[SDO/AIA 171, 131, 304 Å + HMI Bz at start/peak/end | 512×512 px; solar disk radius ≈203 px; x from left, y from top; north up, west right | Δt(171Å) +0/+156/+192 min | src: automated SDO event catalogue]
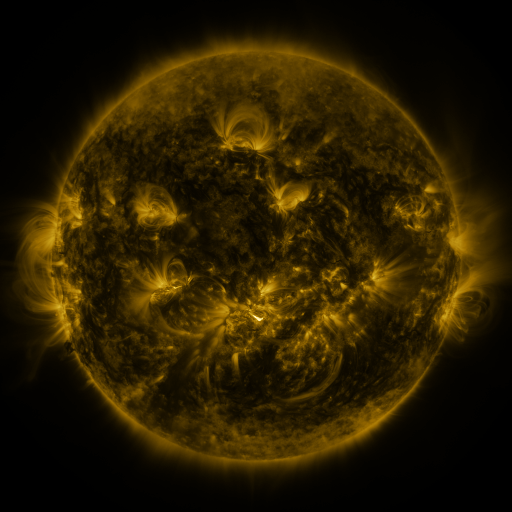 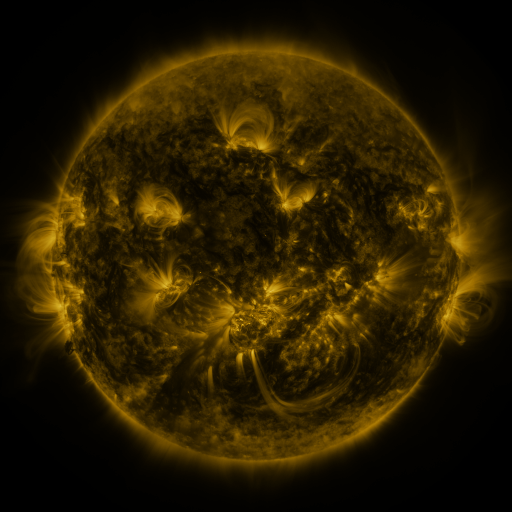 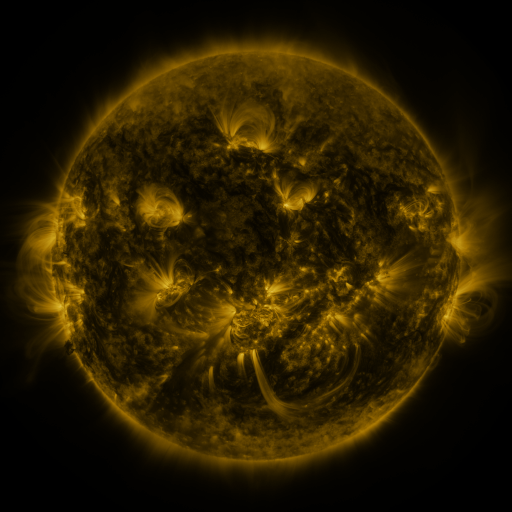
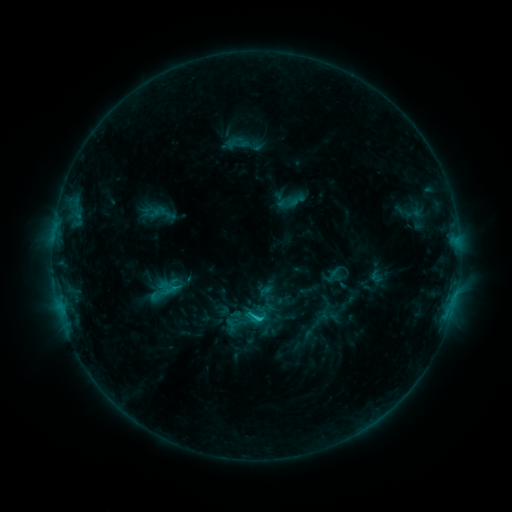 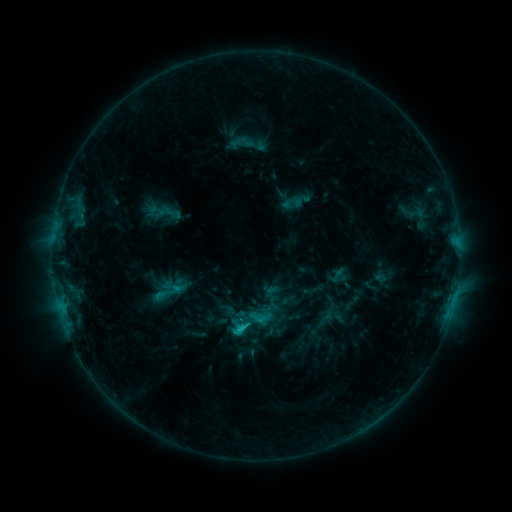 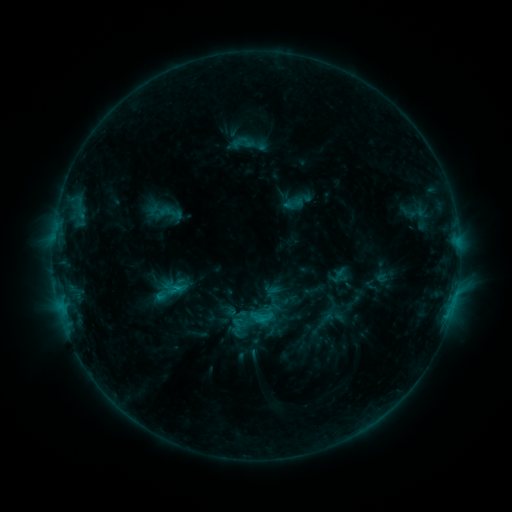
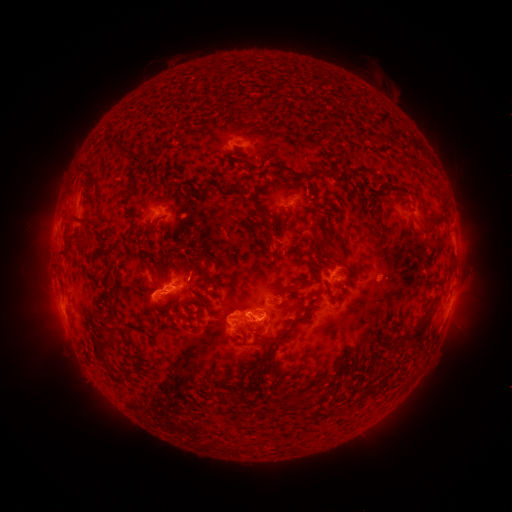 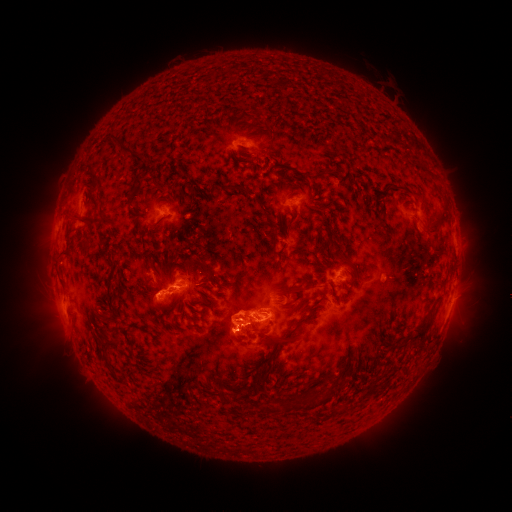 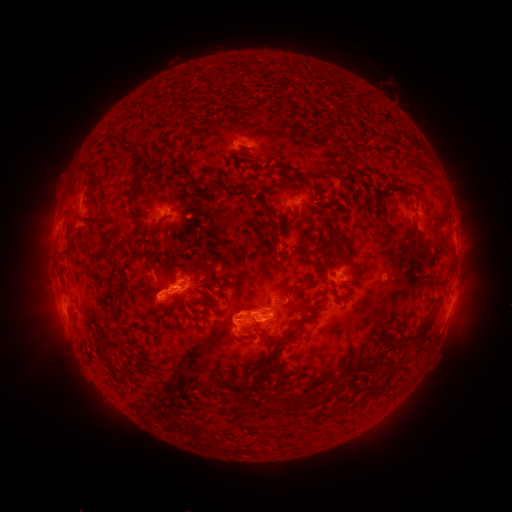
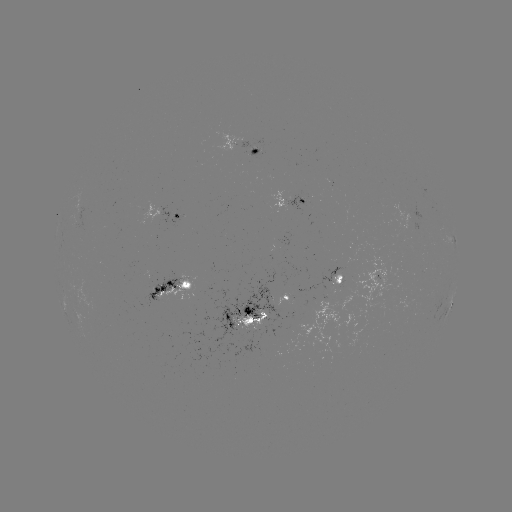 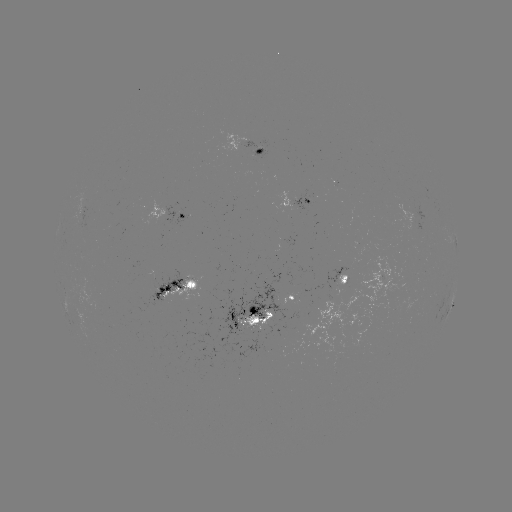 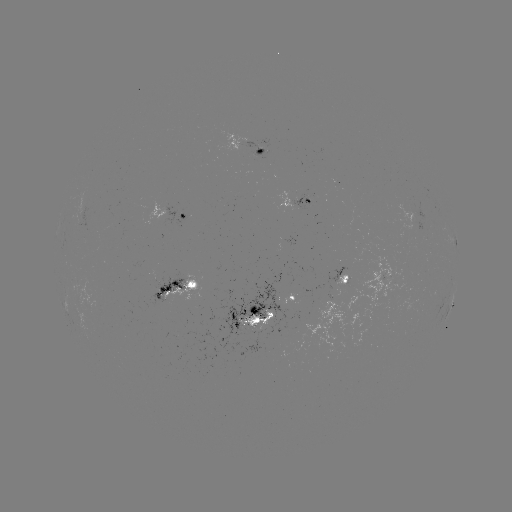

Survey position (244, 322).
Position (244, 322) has emerging-flux region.